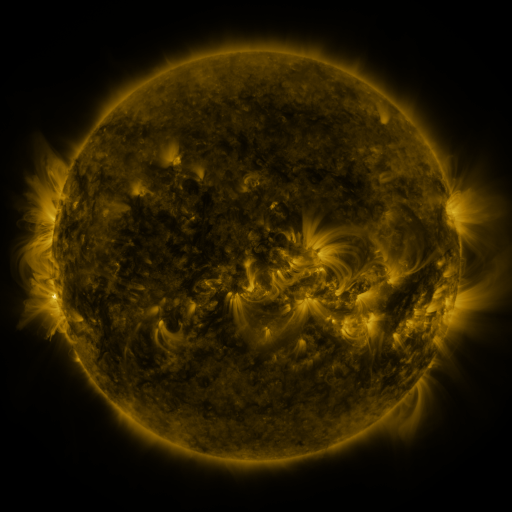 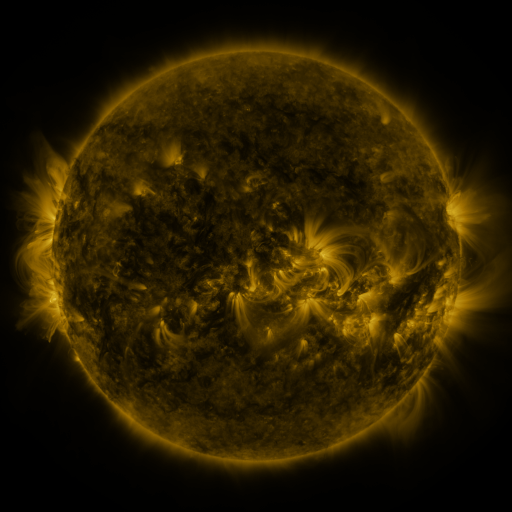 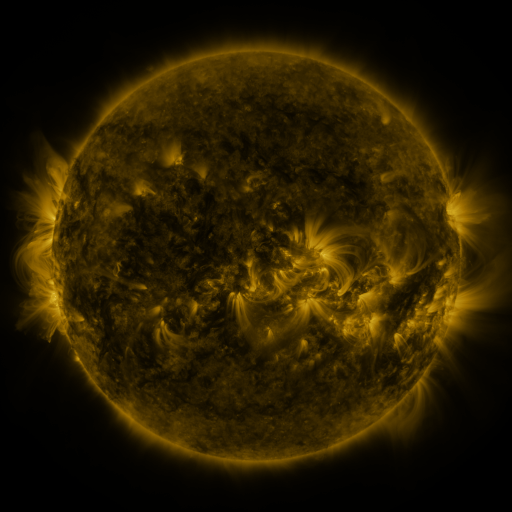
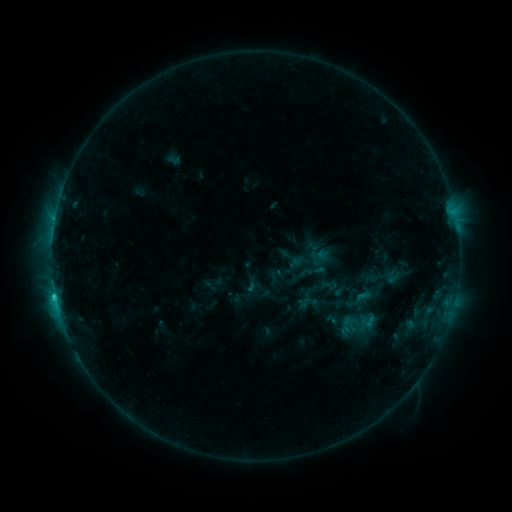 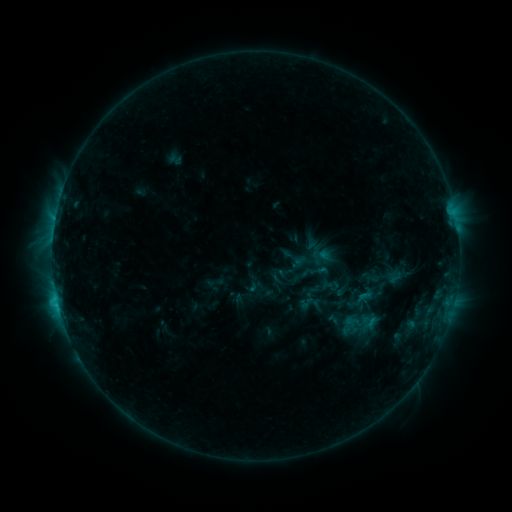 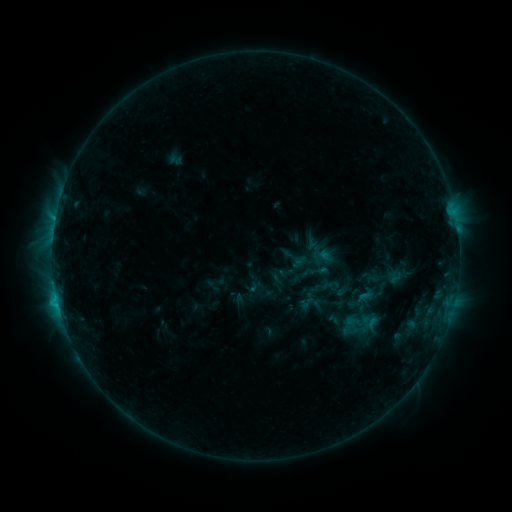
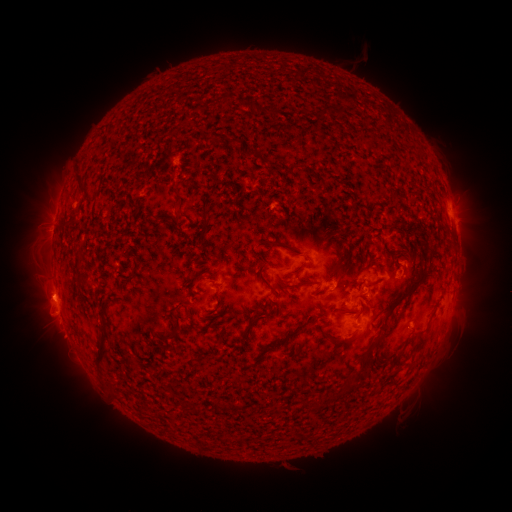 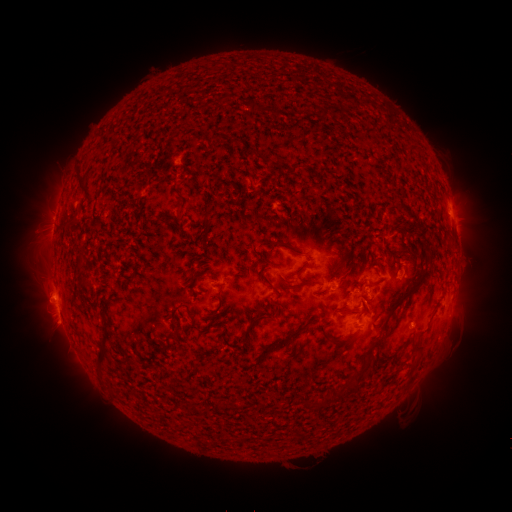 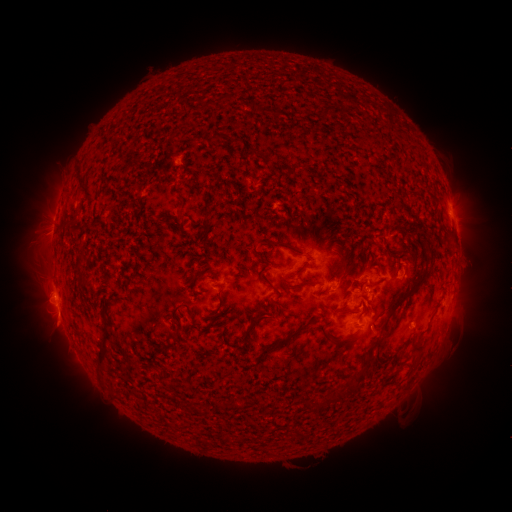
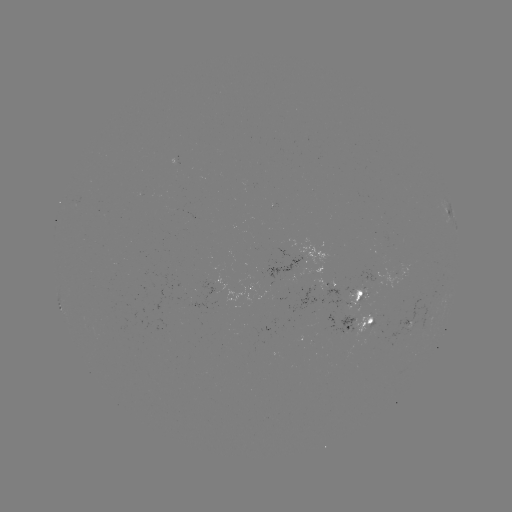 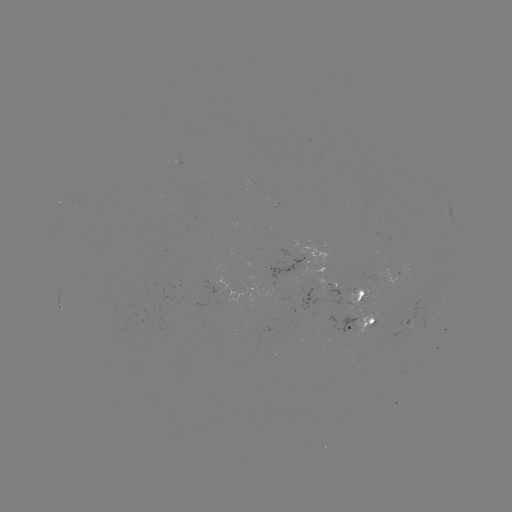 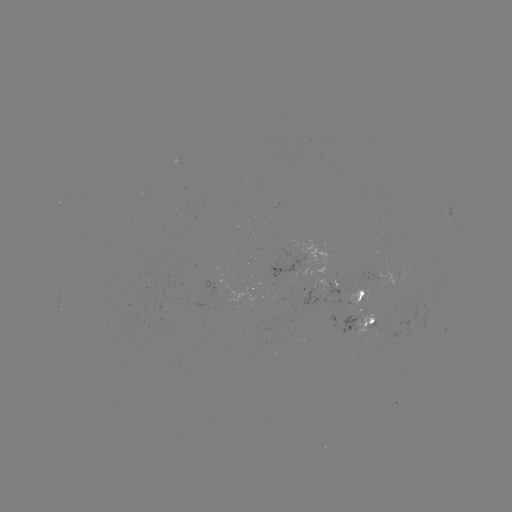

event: emerging-flux region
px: (412, 322)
